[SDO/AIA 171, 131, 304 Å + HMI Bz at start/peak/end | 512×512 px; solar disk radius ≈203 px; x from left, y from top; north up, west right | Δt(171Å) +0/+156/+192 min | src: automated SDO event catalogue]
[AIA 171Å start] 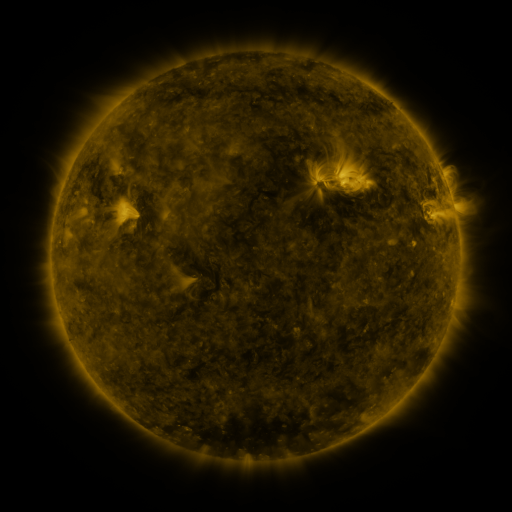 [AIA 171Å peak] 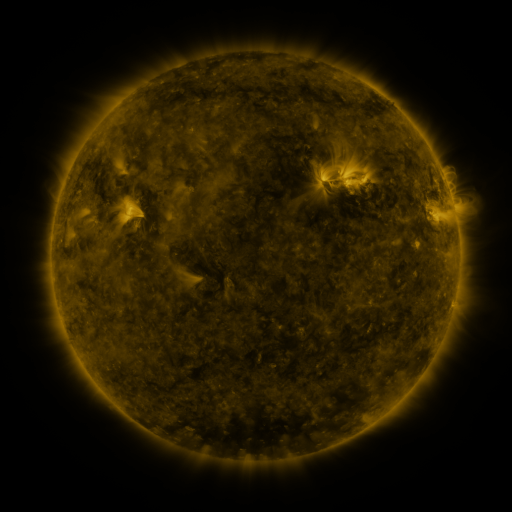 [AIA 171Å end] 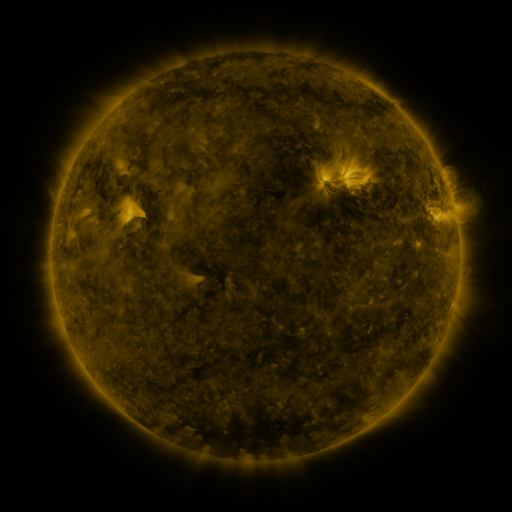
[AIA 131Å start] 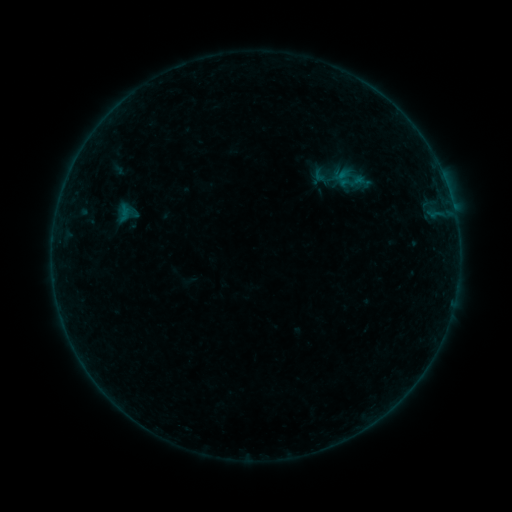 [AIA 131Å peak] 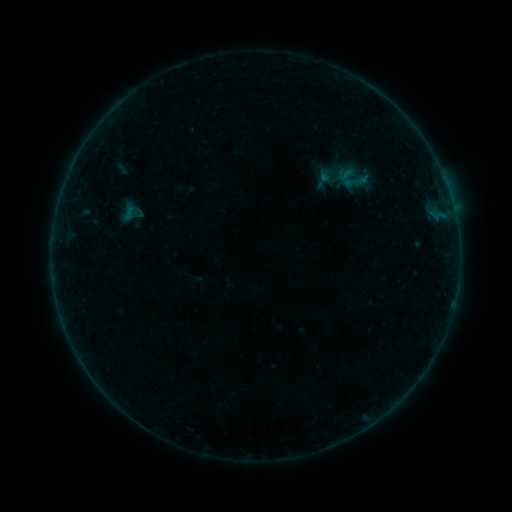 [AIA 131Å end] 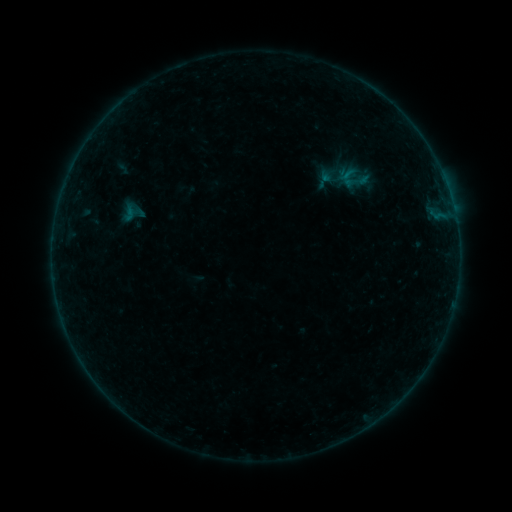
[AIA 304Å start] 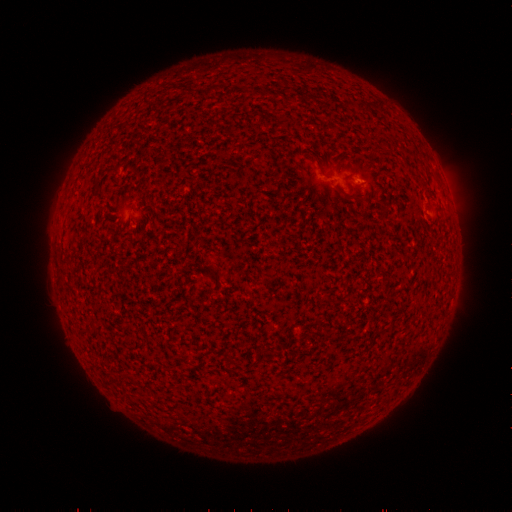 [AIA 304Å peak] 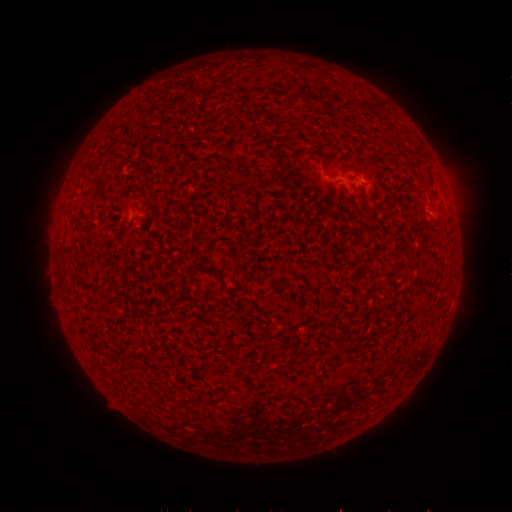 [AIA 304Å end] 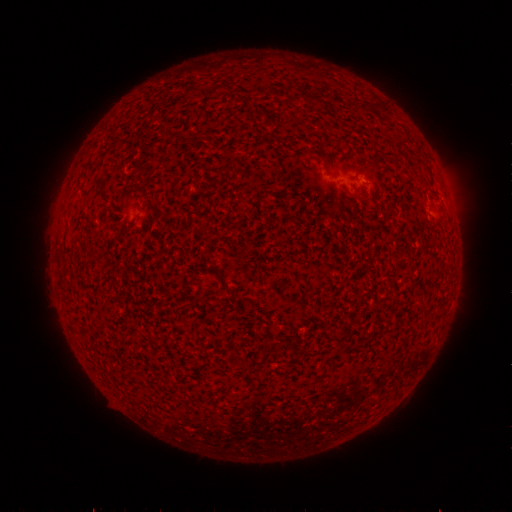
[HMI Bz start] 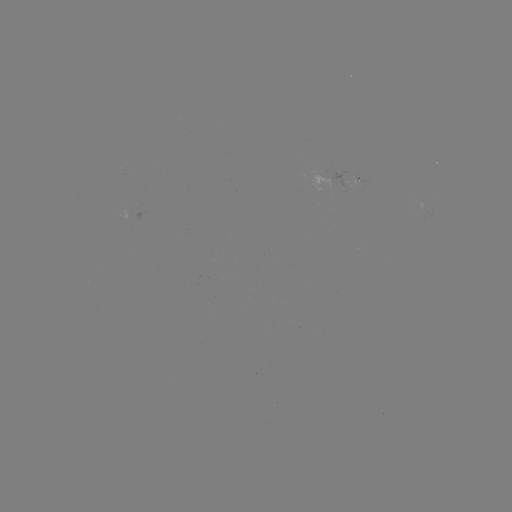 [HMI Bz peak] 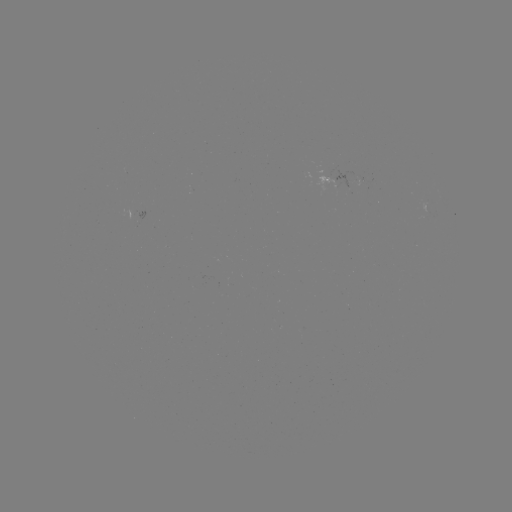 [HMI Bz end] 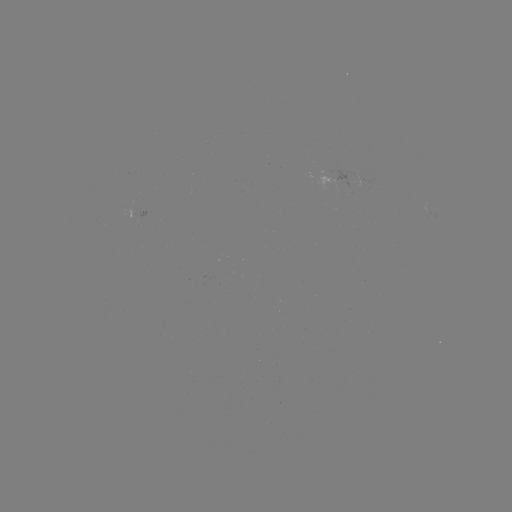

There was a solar emerging-flux region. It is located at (362, 187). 